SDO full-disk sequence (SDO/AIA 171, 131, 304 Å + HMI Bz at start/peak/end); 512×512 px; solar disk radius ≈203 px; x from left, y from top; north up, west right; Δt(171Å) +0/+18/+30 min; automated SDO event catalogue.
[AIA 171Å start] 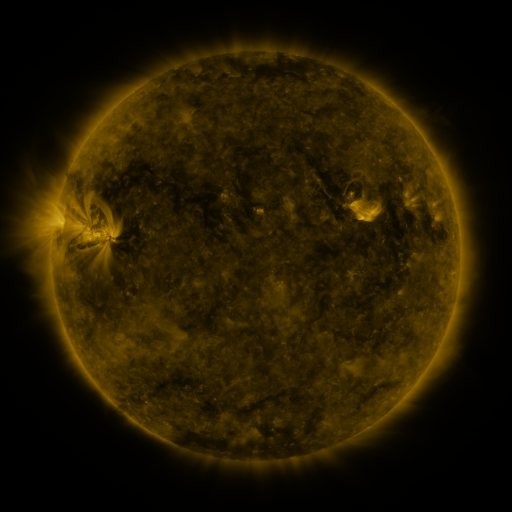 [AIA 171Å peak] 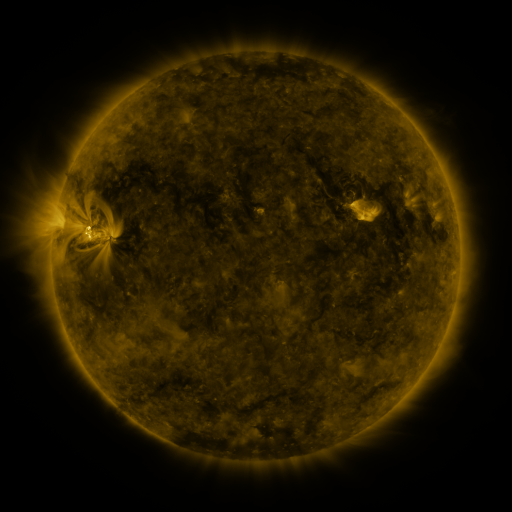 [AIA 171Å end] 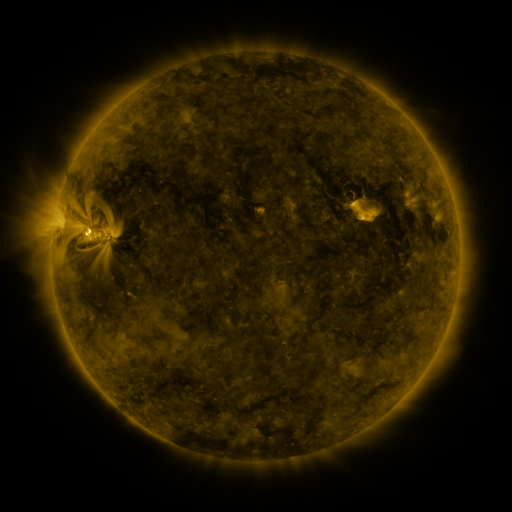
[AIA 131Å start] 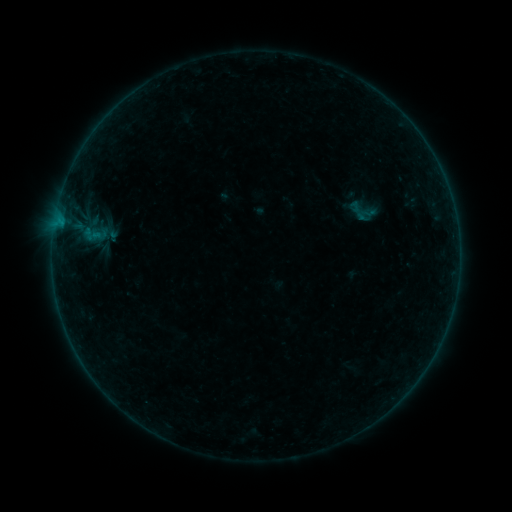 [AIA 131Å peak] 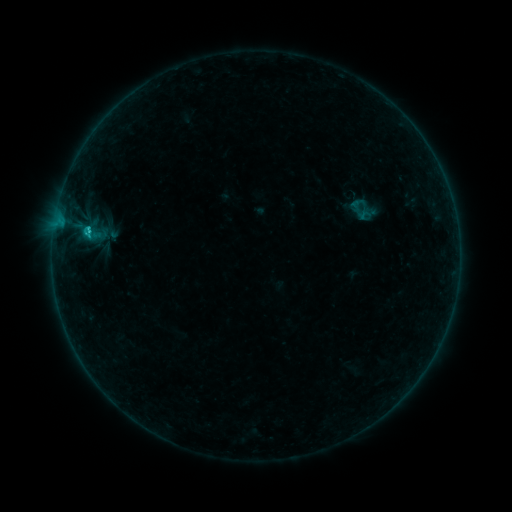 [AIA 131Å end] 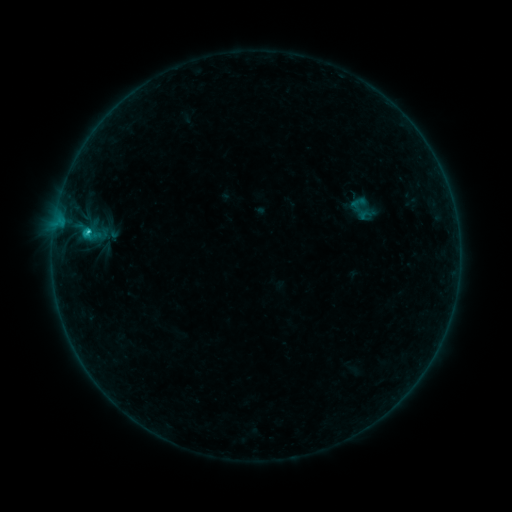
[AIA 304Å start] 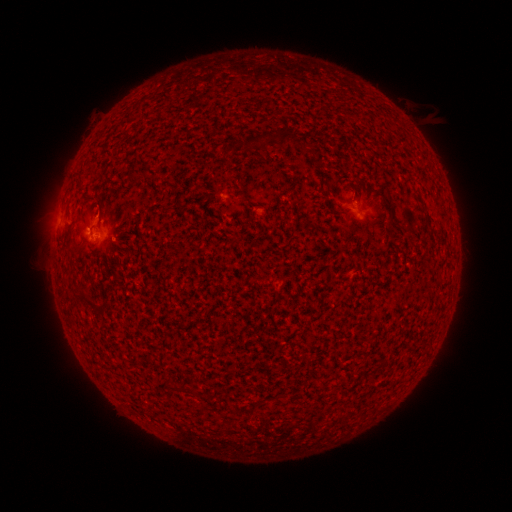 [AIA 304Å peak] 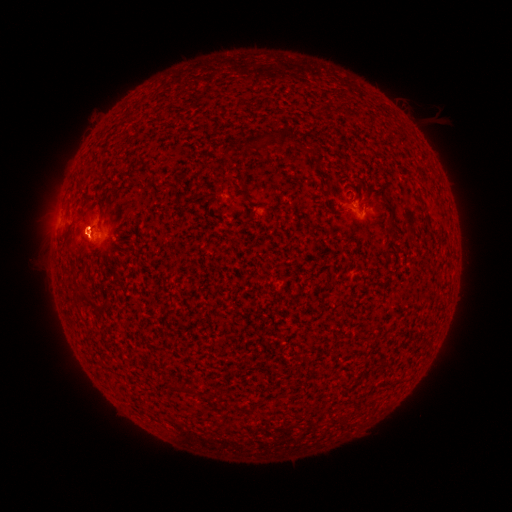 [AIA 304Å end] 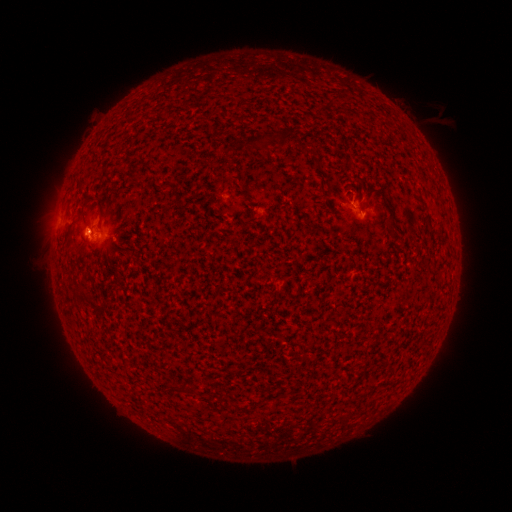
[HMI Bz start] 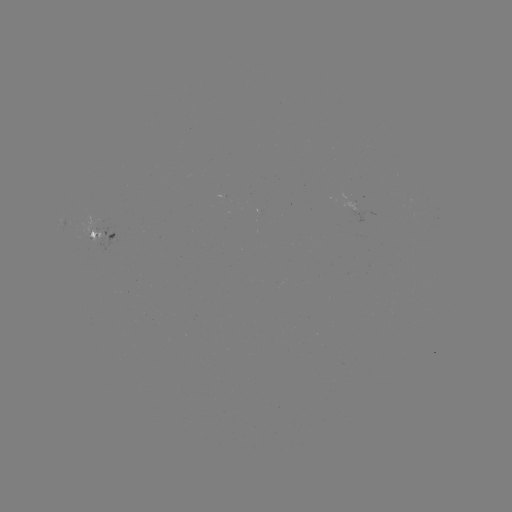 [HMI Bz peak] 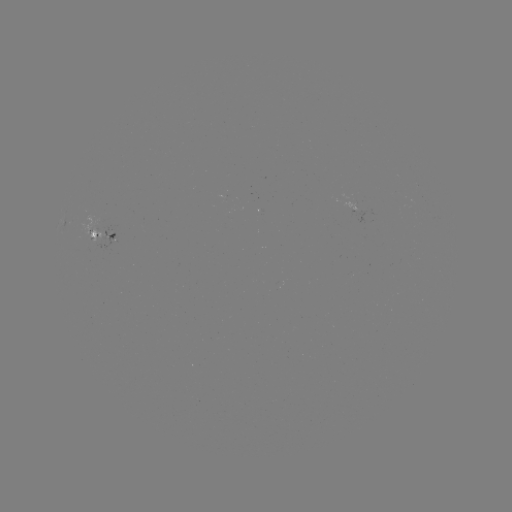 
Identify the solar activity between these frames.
C2.1 flare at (90, 233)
